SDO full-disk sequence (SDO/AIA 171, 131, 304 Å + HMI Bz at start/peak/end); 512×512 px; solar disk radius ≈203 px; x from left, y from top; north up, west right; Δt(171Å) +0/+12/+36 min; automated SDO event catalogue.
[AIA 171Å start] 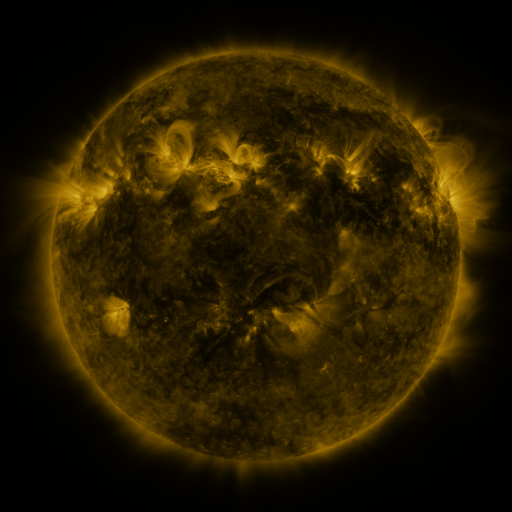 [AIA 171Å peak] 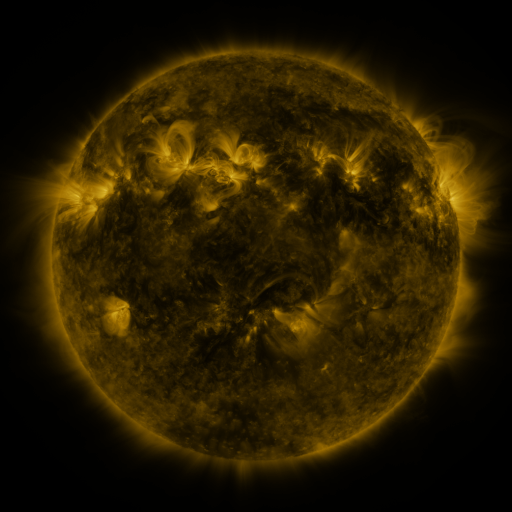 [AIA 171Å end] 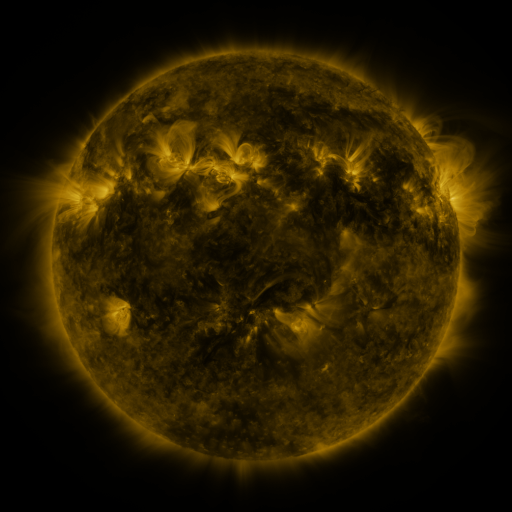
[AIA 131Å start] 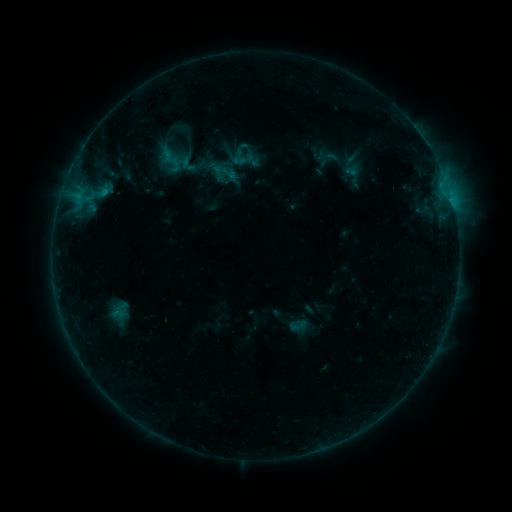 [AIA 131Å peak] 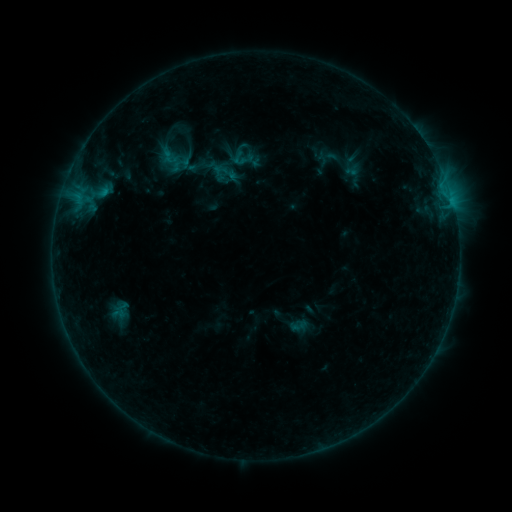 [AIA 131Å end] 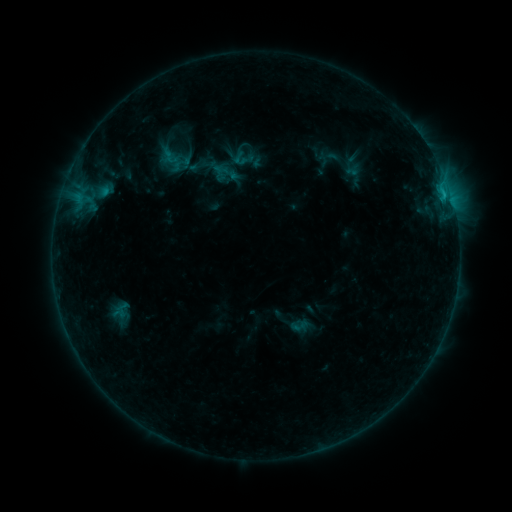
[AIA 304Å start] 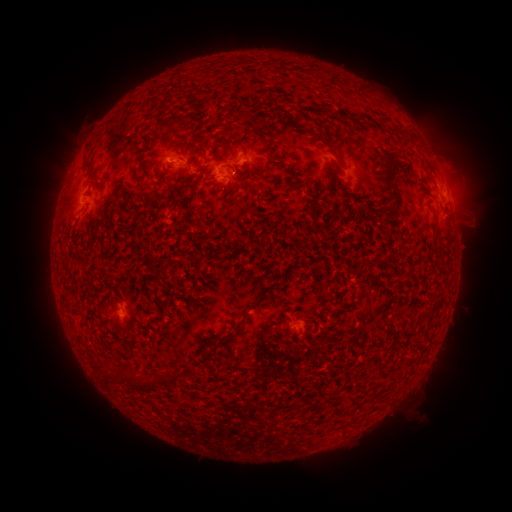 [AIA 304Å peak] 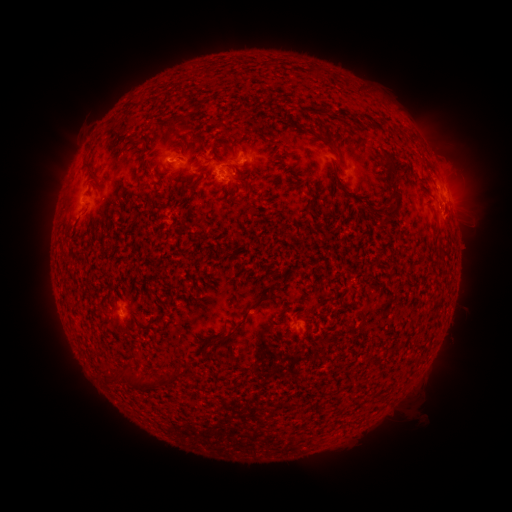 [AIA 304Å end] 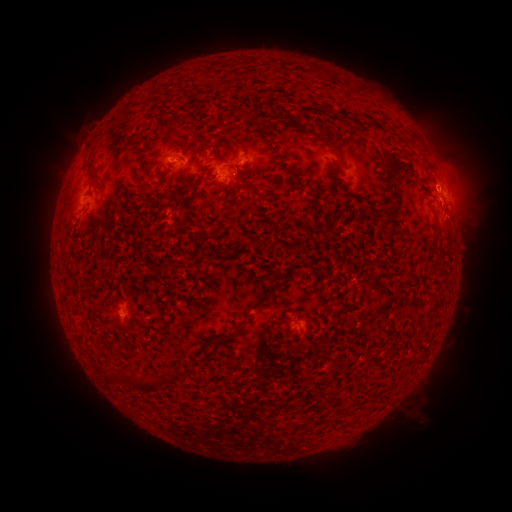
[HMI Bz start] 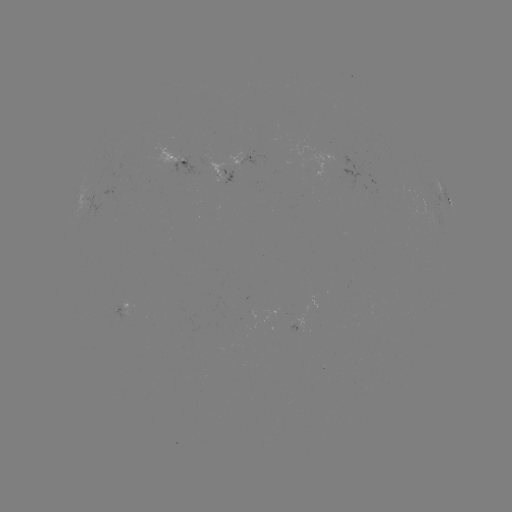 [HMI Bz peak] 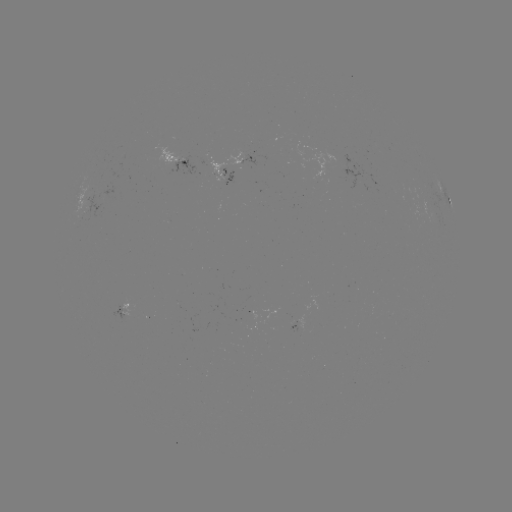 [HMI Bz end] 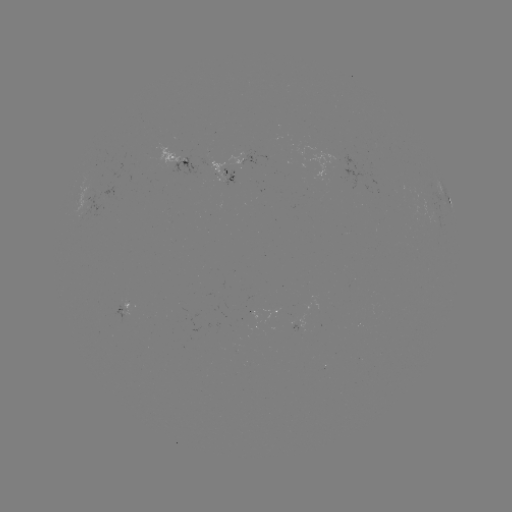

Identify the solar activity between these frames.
emerging-flux region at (173, 158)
